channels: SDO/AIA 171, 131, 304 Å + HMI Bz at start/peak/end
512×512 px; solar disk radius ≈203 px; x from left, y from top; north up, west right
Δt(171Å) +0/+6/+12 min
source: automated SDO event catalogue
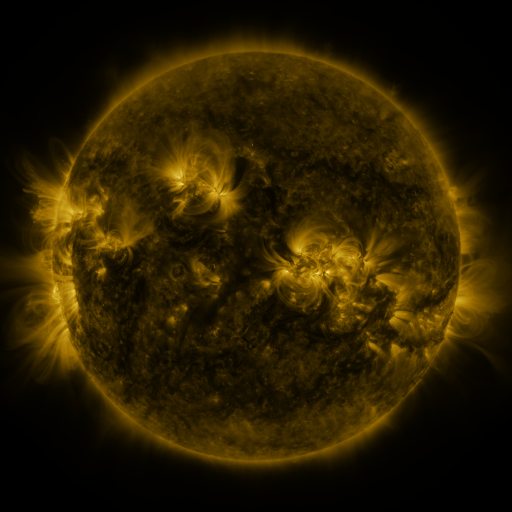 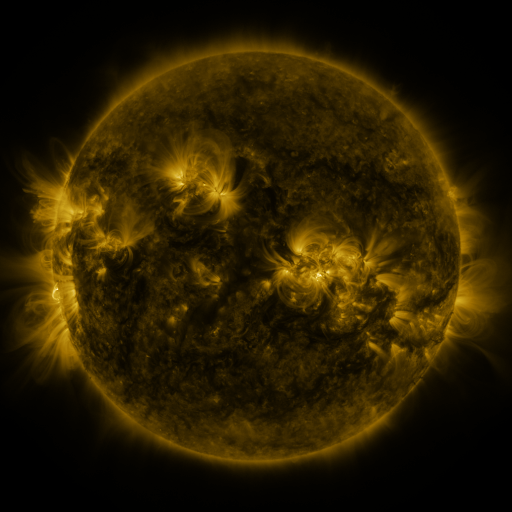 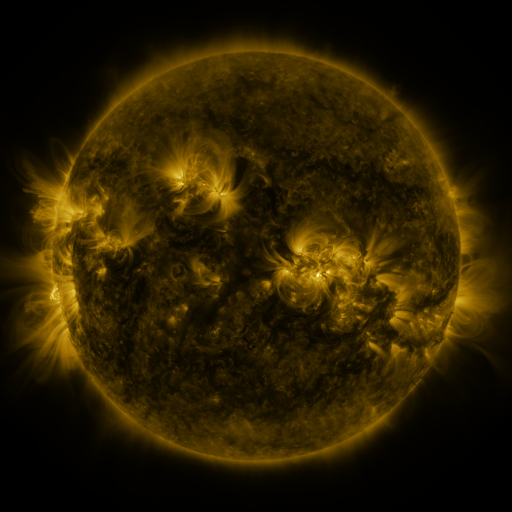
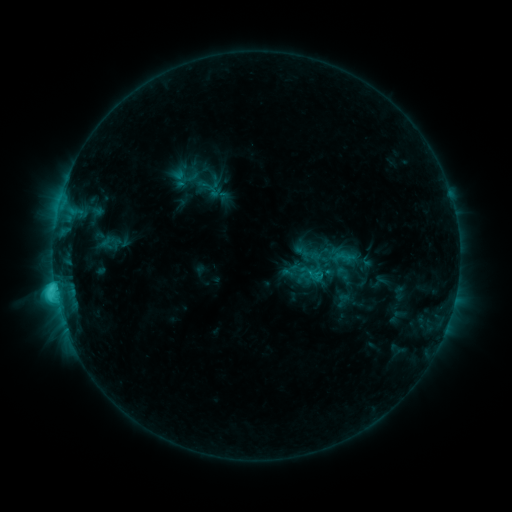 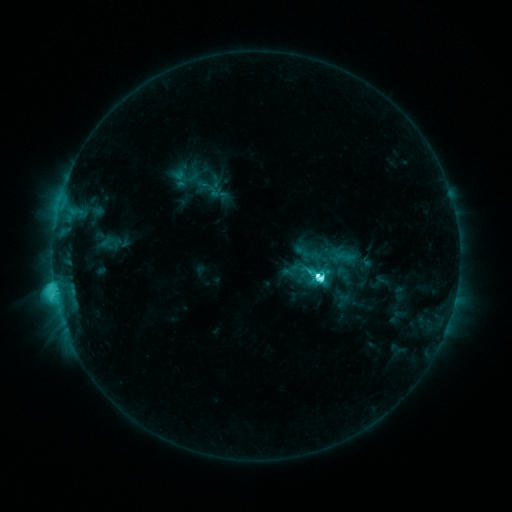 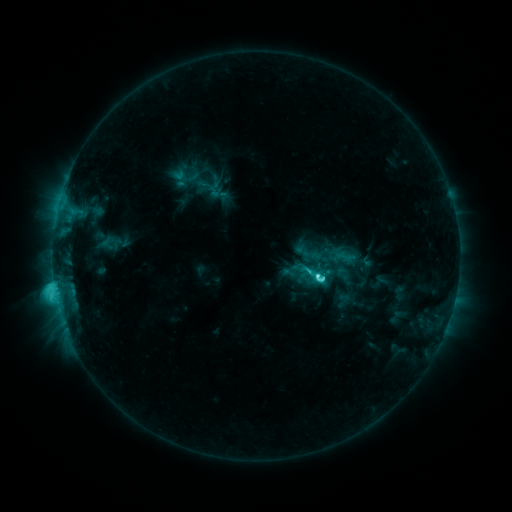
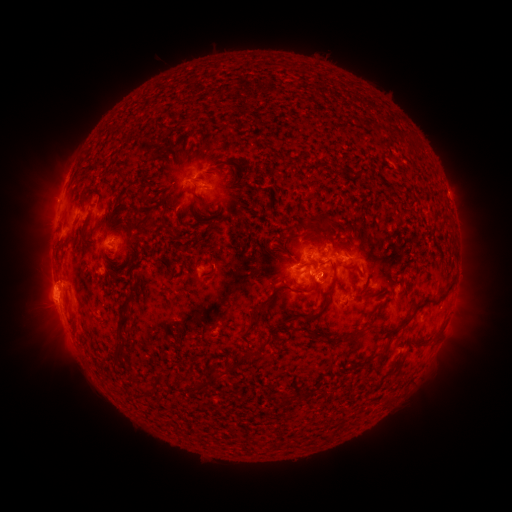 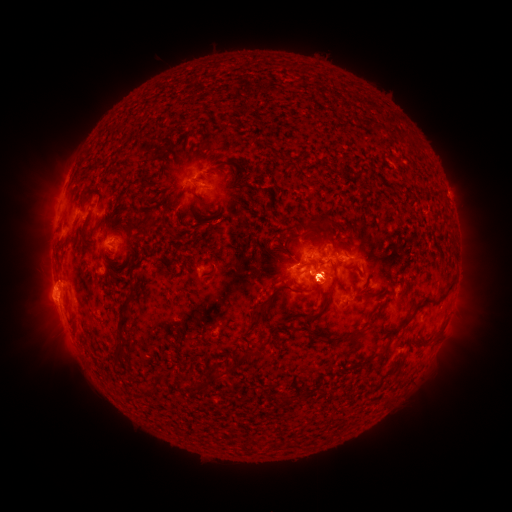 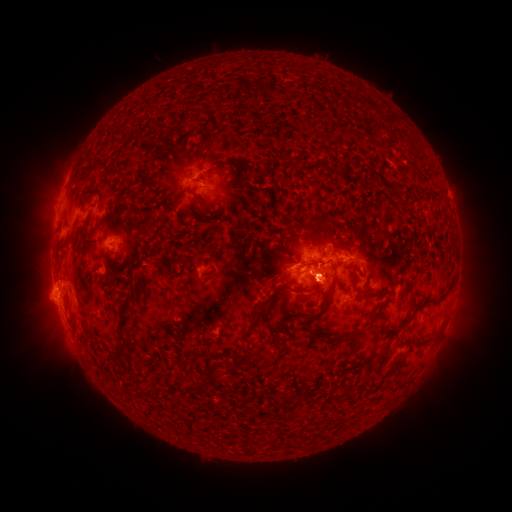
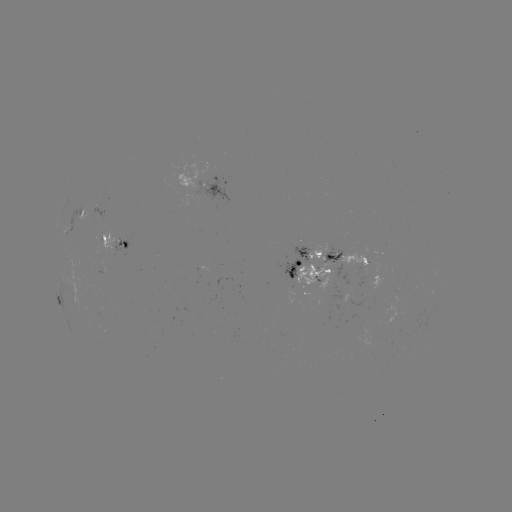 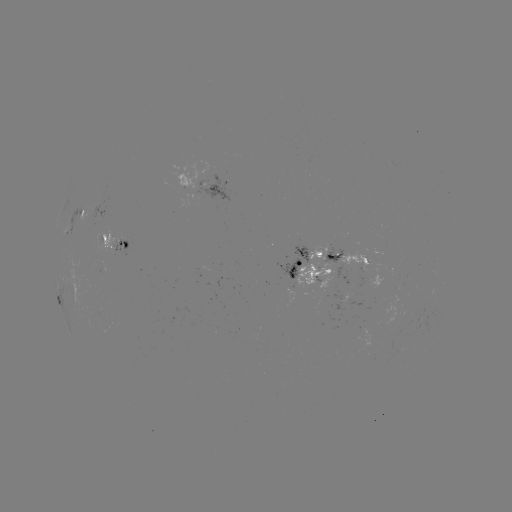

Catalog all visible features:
M1.3 flare: (317, 274)
